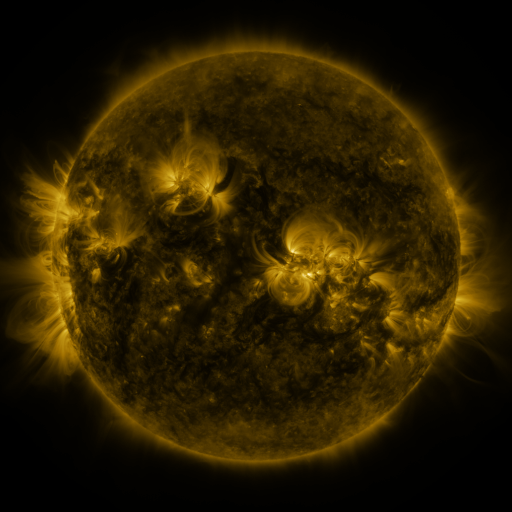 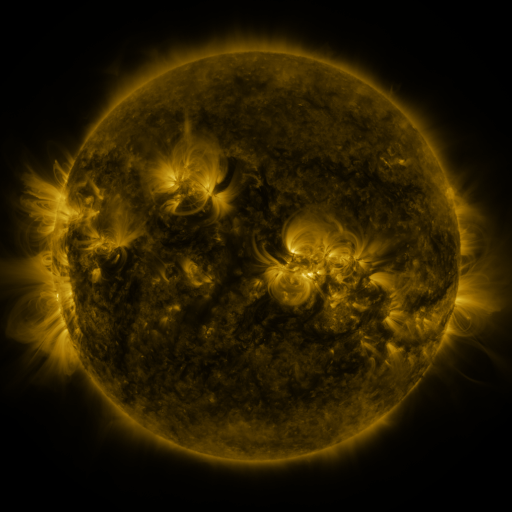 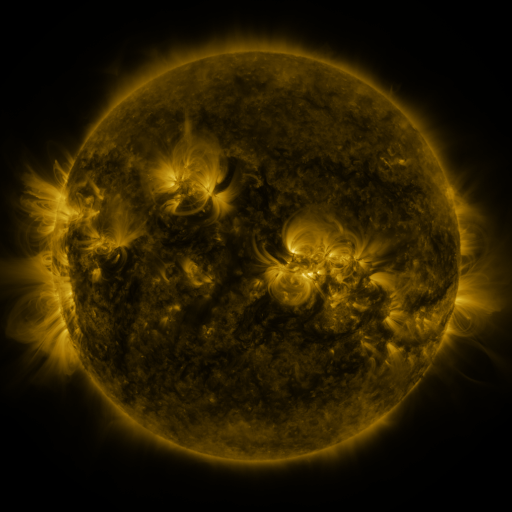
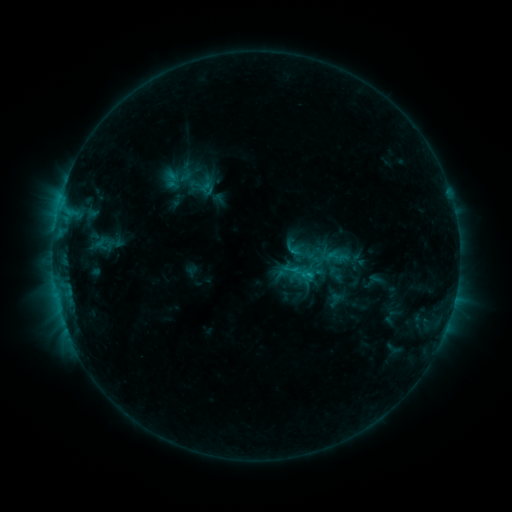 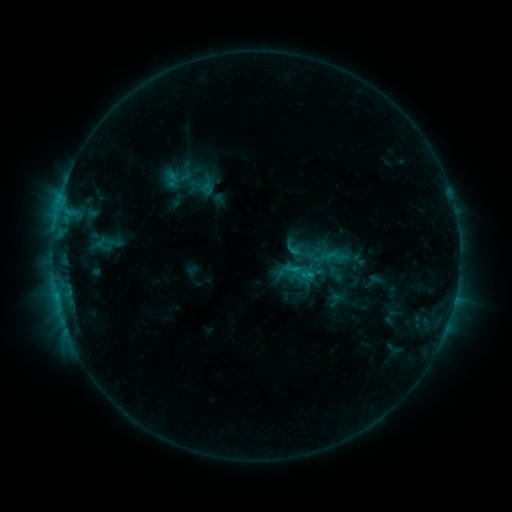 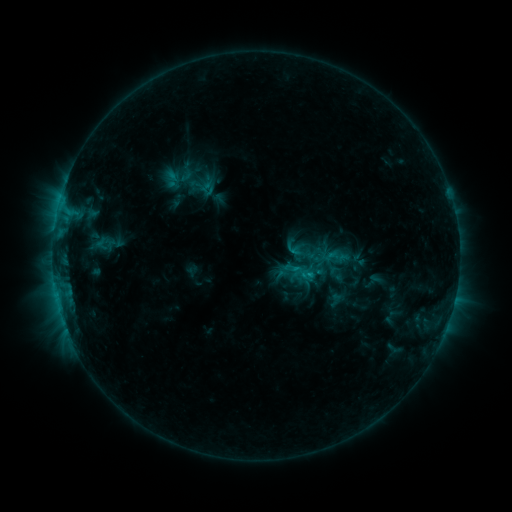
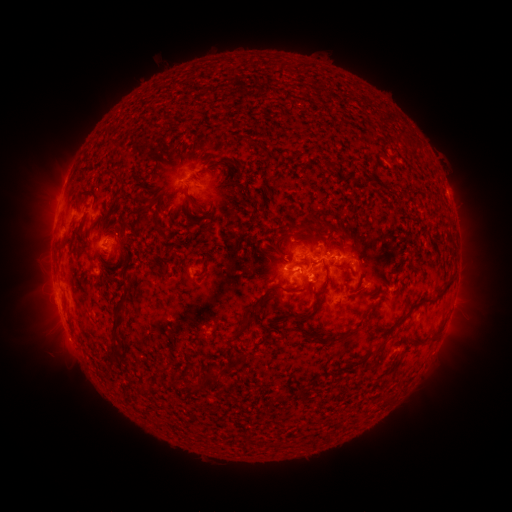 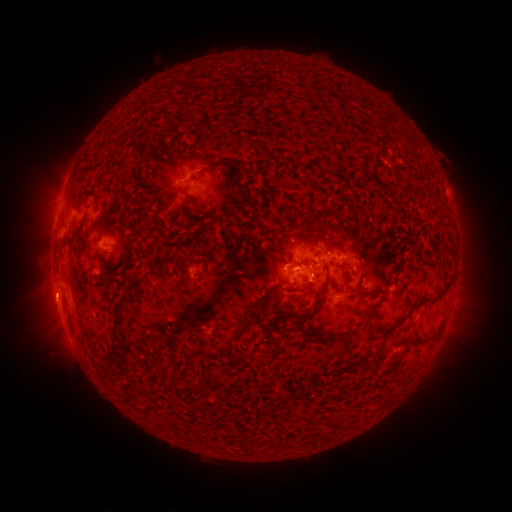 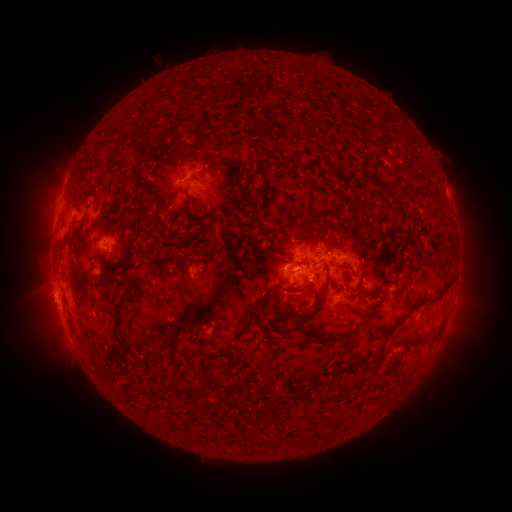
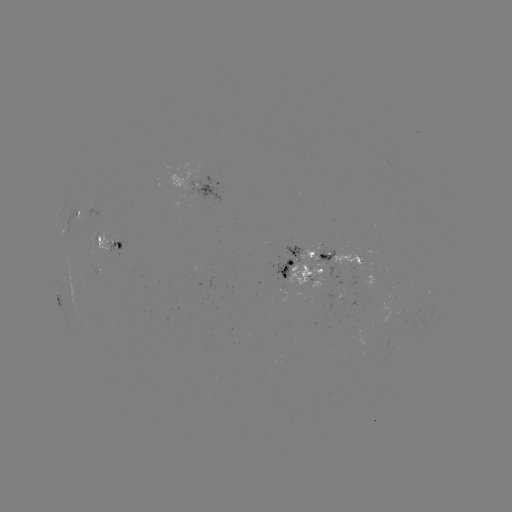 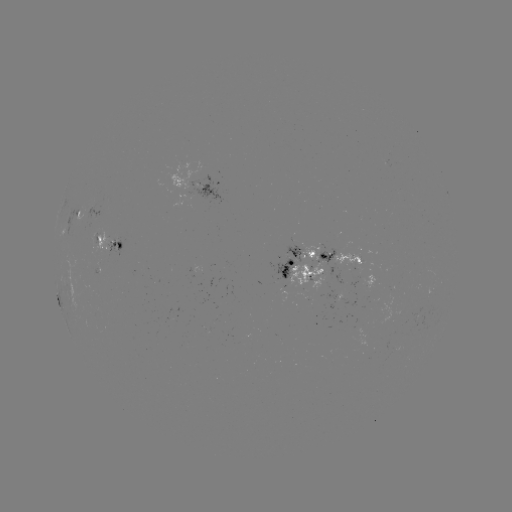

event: eruption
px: (47, 297)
